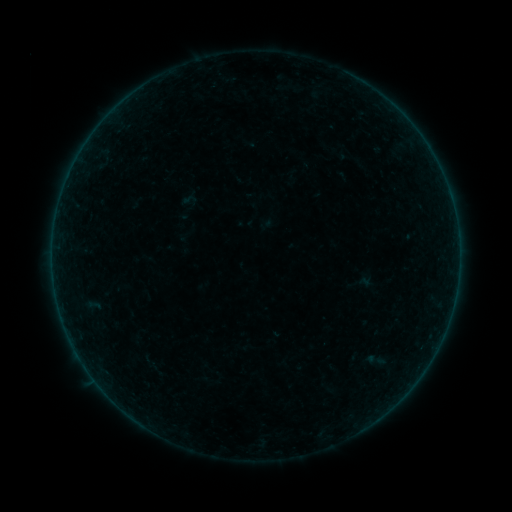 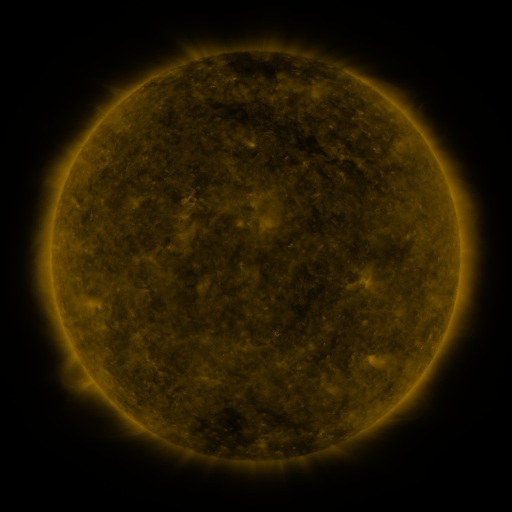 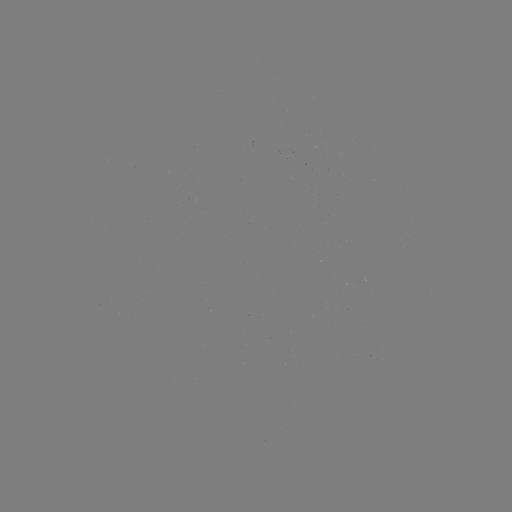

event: sigmoid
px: (190, 200)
